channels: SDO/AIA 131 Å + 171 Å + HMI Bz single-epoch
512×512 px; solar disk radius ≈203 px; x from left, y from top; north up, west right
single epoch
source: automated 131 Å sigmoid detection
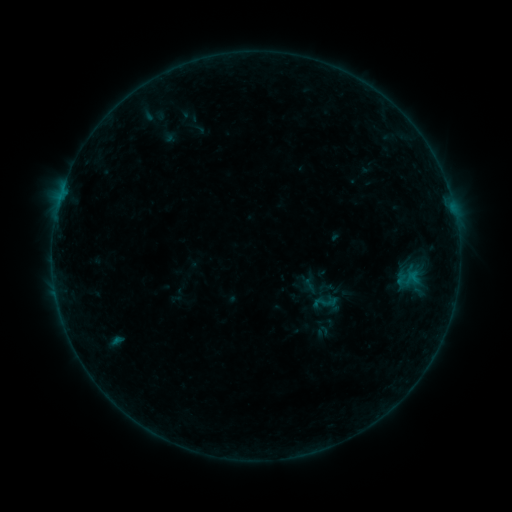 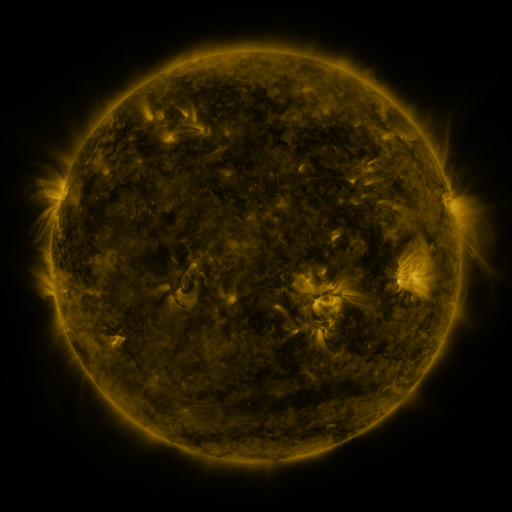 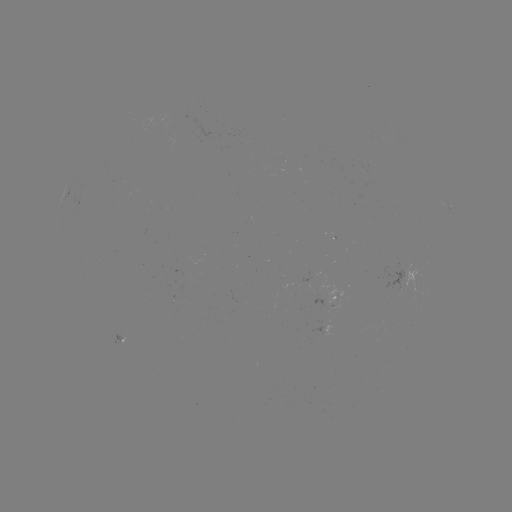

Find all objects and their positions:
sigmoid: <bbox>311, 287, 339, 316</bbox>
